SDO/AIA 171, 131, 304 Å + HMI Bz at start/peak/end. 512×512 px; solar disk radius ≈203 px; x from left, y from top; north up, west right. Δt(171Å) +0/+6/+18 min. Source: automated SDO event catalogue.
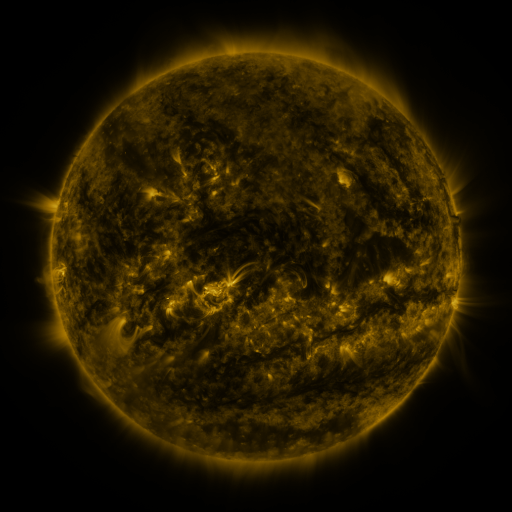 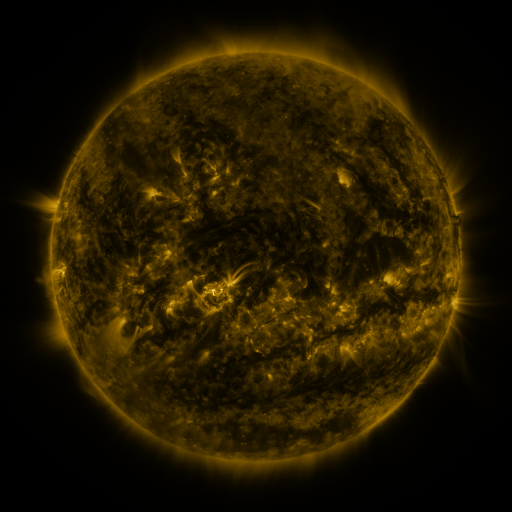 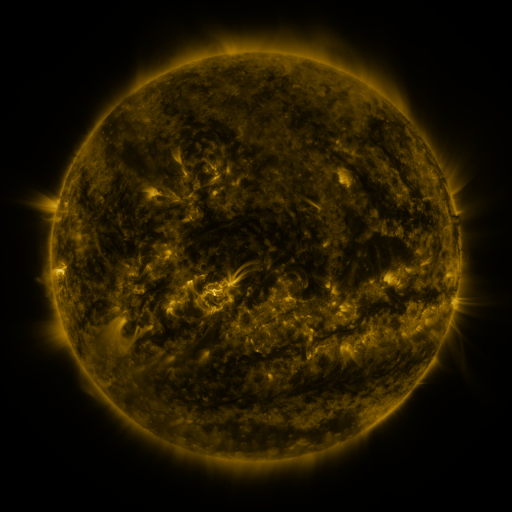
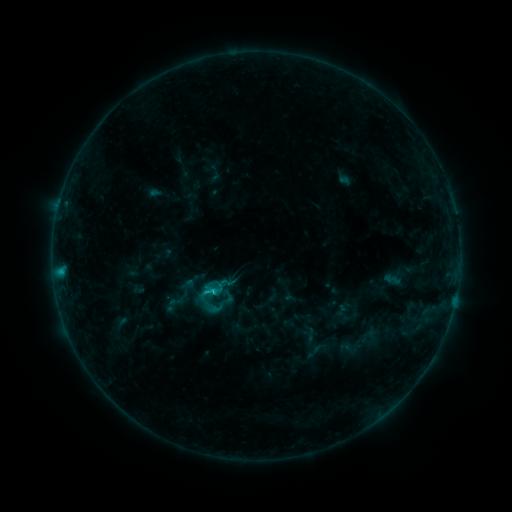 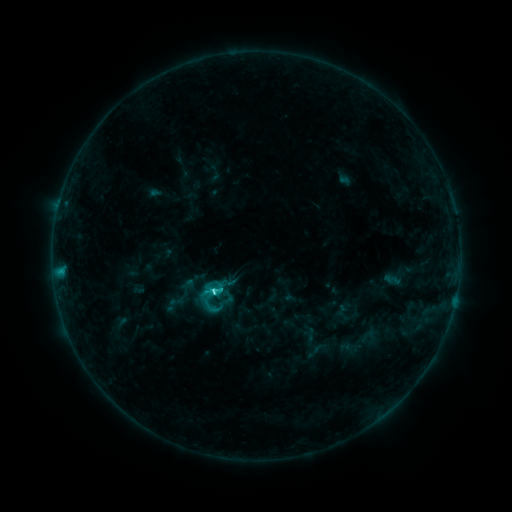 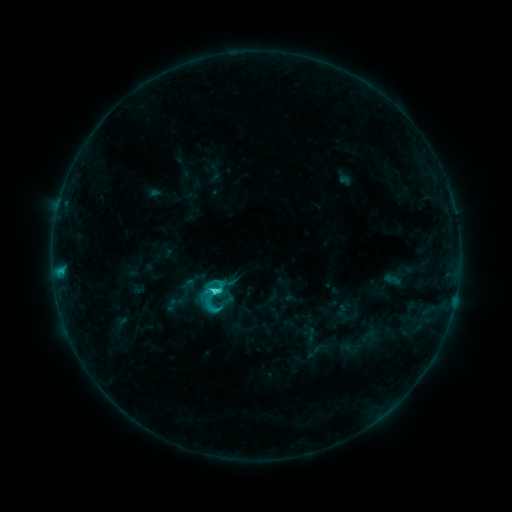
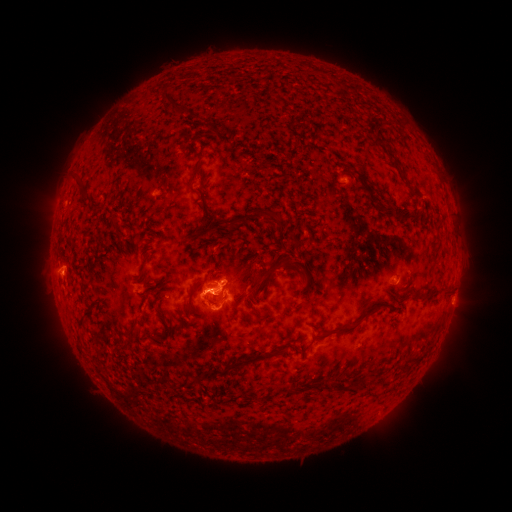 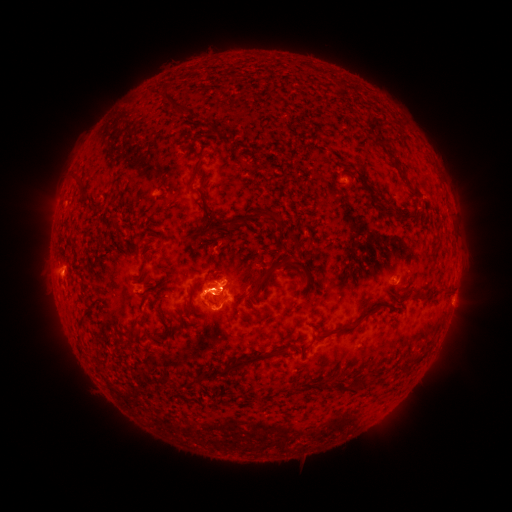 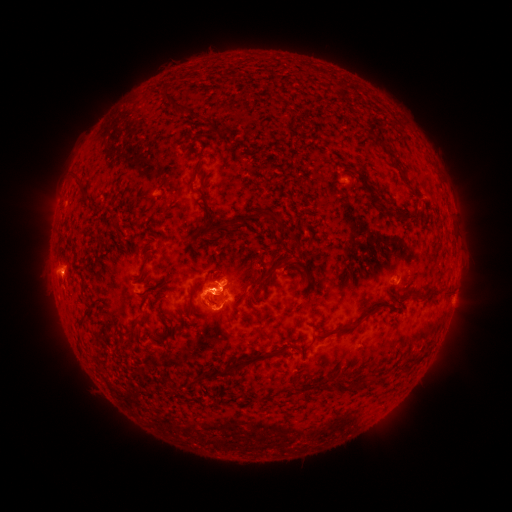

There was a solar flare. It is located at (215, 287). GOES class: C4.3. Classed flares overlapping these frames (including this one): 1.